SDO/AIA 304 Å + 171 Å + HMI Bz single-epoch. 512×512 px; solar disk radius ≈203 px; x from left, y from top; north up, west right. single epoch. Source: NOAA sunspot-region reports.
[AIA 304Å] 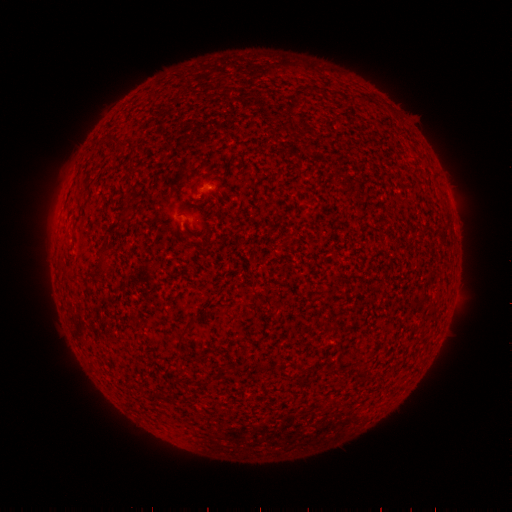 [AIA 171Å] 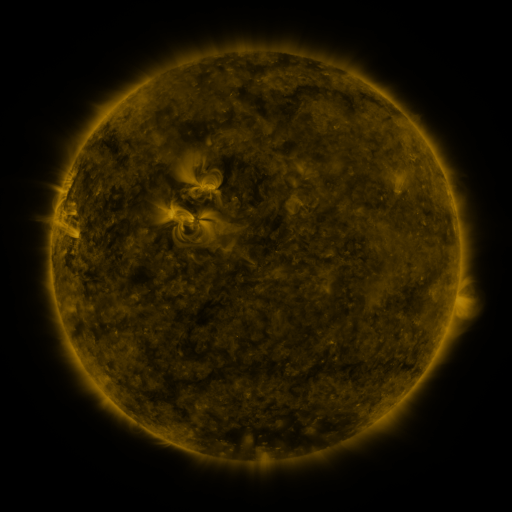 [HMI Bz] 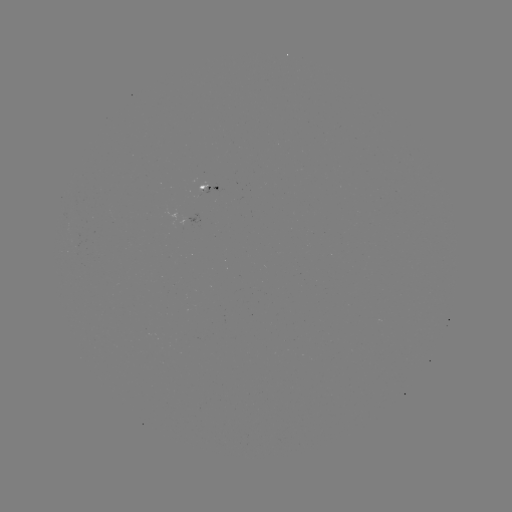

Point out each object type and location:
spotted active region: (211, 188)
